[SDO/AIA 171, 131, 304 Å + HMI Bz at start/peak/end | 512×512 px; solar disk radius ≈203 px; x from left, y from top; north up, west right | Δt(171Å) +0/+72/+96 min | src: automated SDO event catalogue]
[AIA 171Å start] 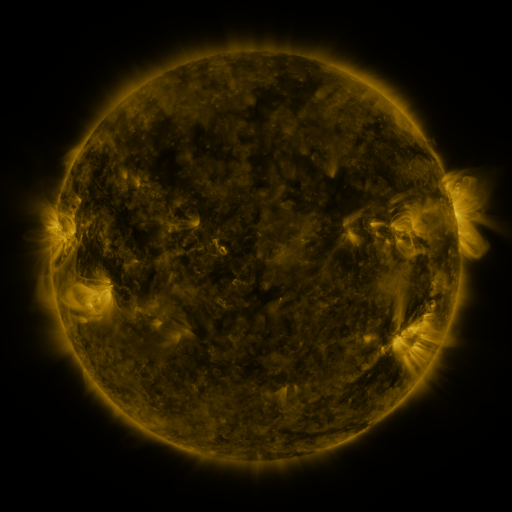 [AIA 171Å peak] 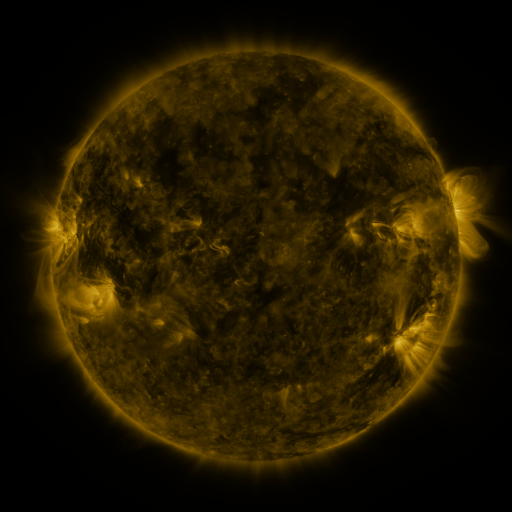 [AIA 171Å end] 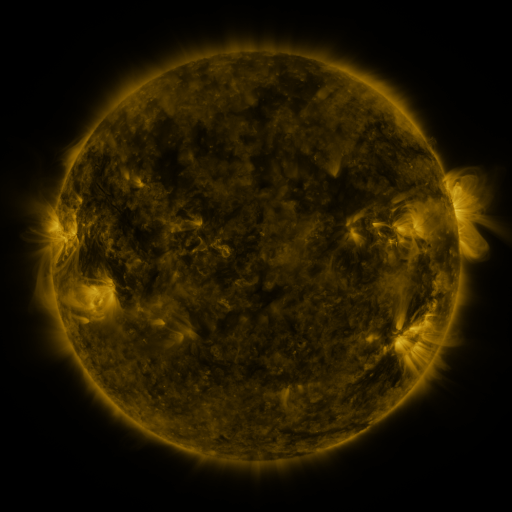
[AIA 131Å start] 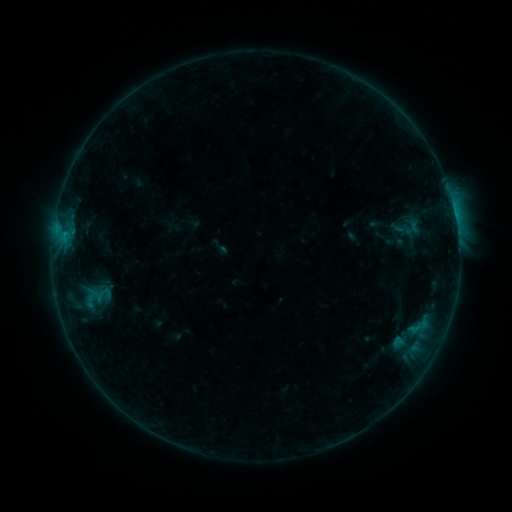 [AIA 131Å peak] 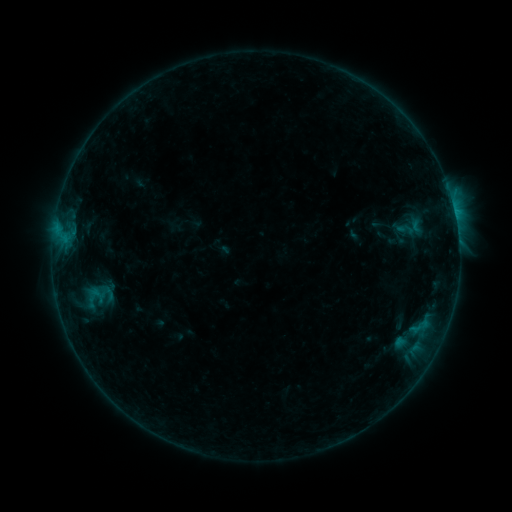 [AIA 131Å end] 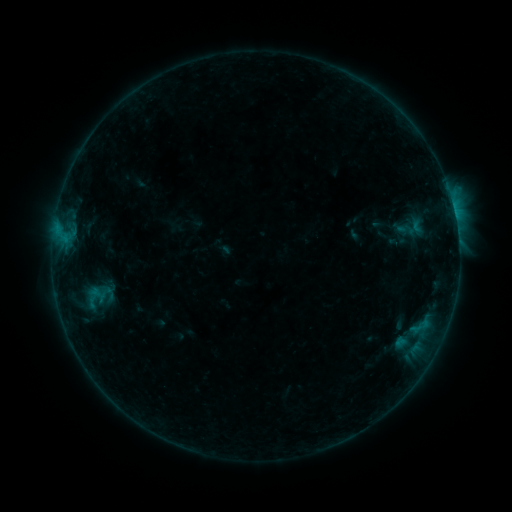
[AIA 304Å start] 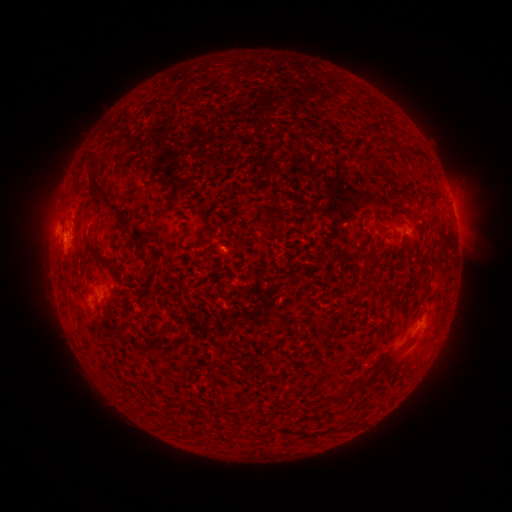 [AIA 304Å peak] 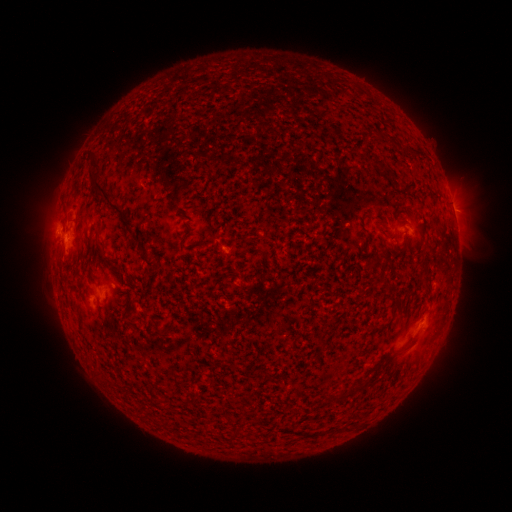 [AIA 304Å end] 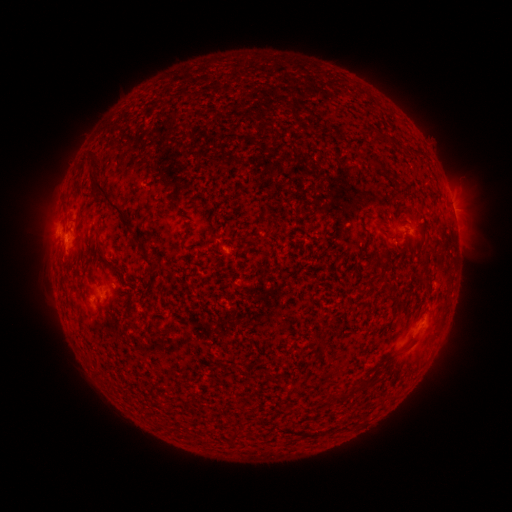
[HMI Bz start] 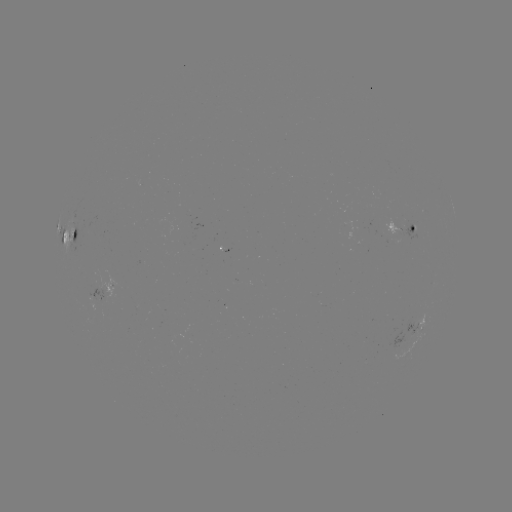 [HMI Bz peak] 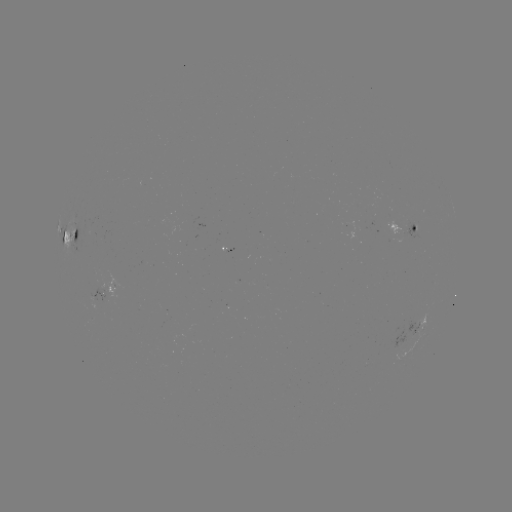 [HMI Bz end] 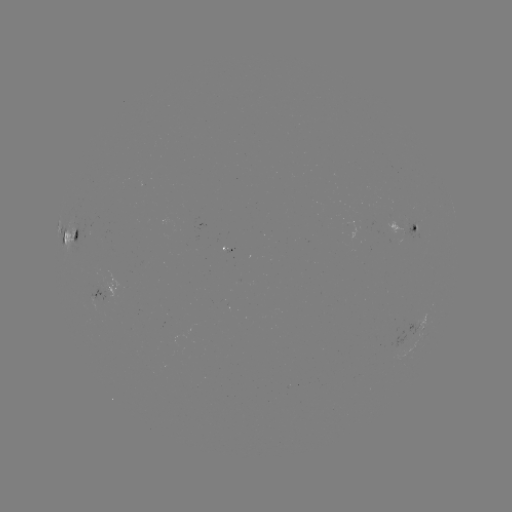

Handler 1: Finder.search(emerging-flux region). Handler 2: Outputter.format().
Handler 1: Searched emerging-flux region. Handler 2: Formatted [188, 220].